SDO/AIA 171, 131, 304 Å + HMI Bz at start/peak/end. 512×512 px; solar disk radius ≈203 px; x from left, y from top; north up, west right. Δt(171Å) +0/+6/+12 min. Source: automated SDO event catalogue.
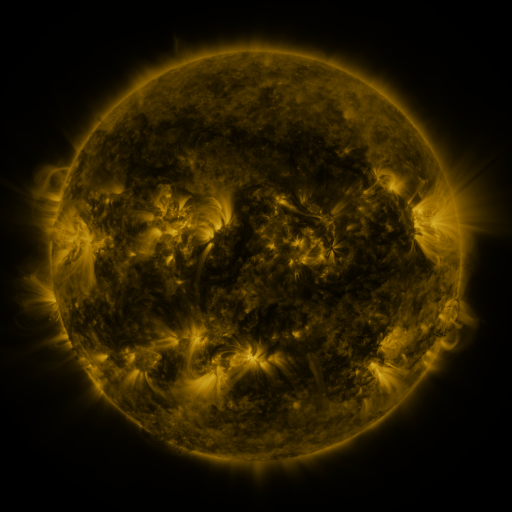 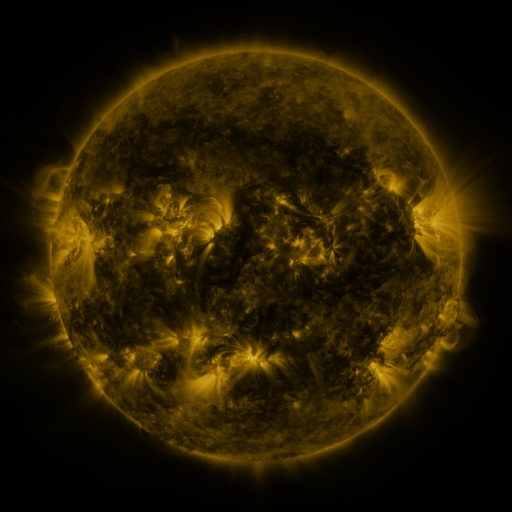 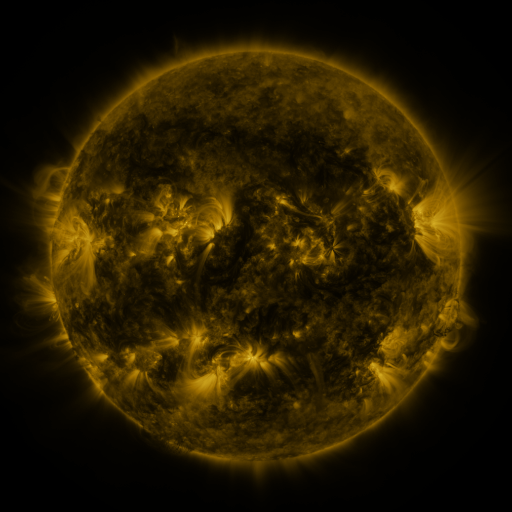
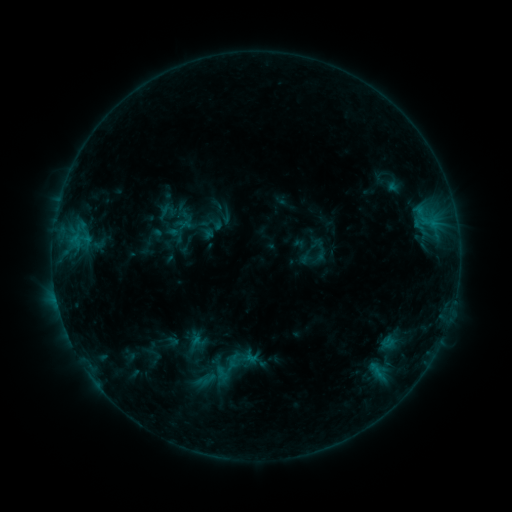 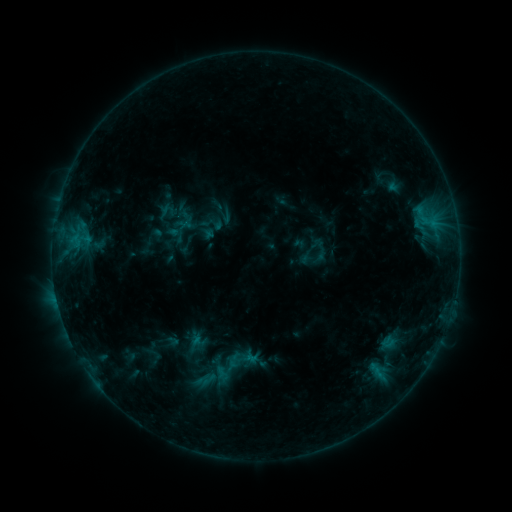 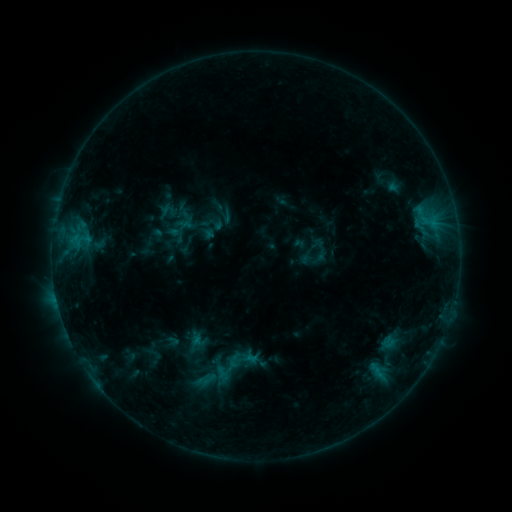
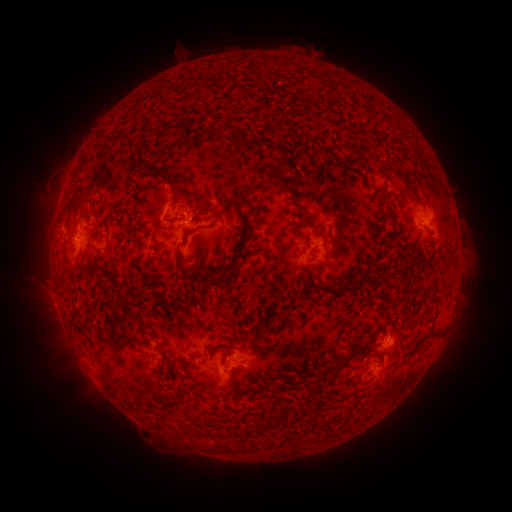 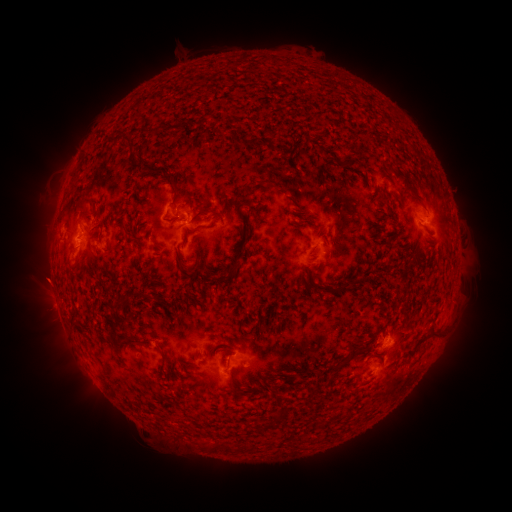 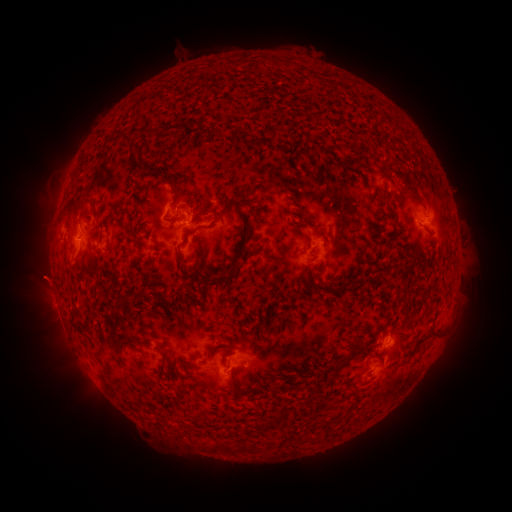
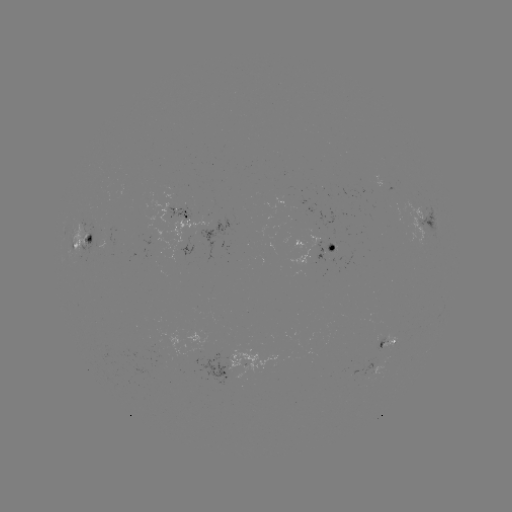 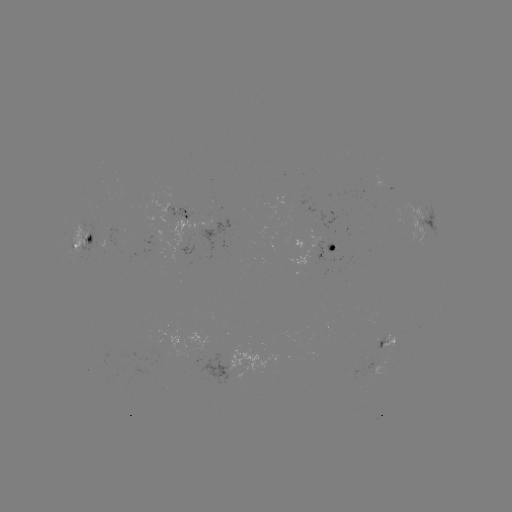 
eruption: (17, 257, 68, 306)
